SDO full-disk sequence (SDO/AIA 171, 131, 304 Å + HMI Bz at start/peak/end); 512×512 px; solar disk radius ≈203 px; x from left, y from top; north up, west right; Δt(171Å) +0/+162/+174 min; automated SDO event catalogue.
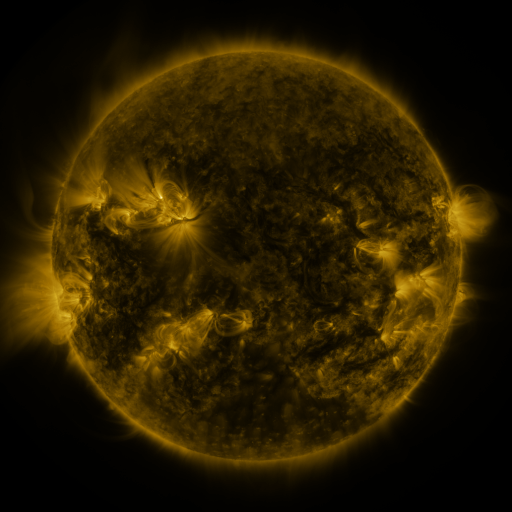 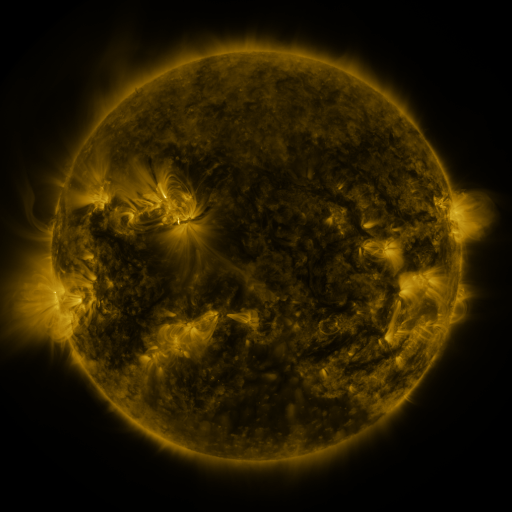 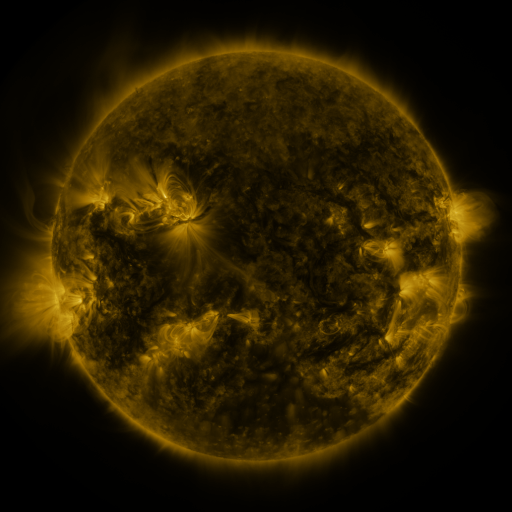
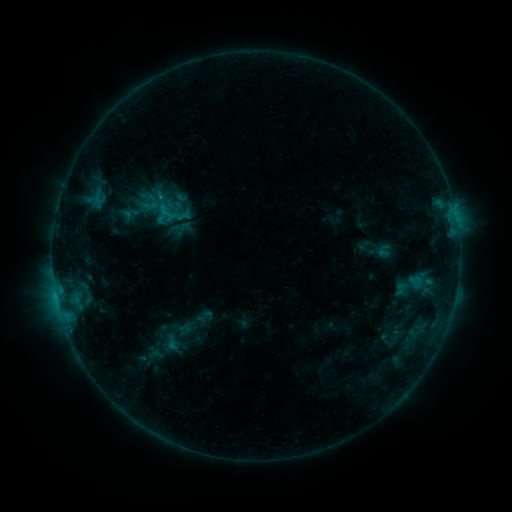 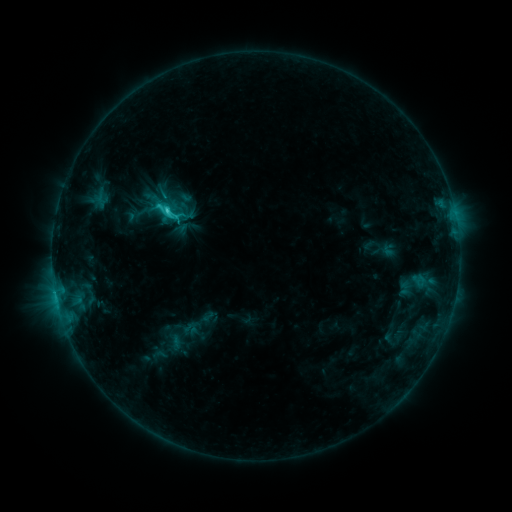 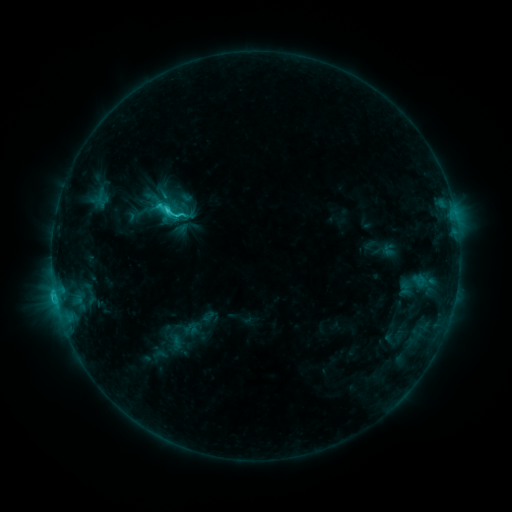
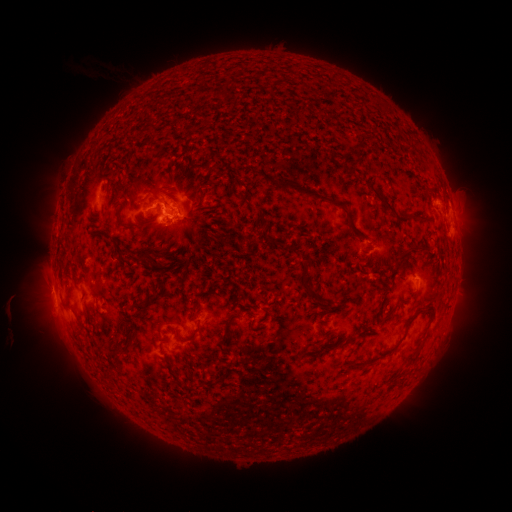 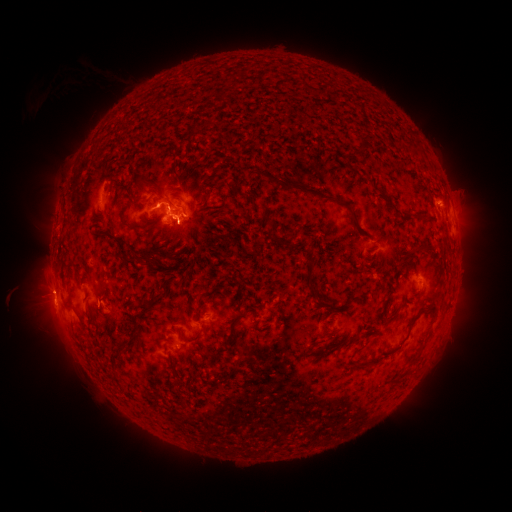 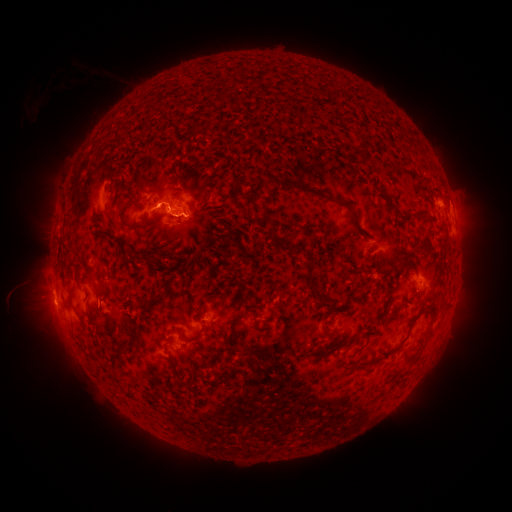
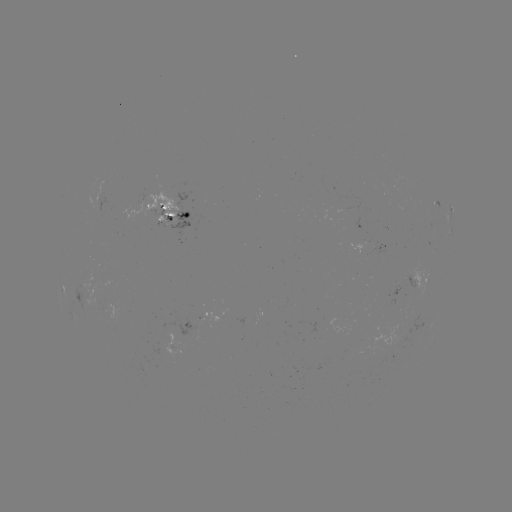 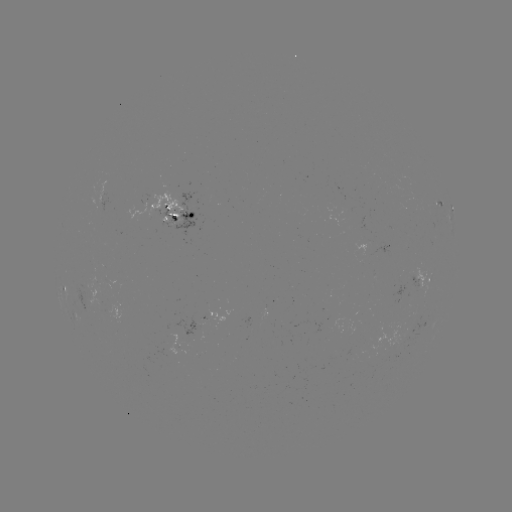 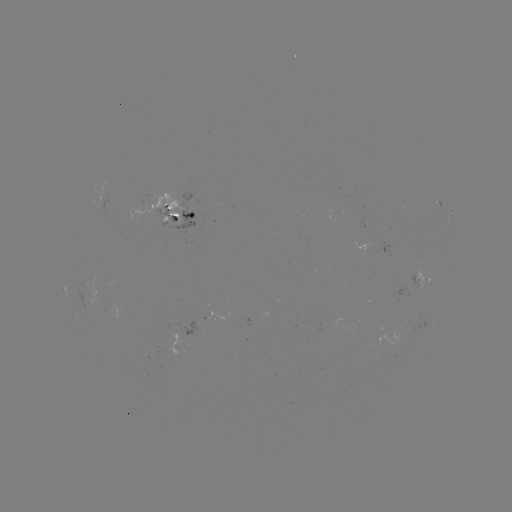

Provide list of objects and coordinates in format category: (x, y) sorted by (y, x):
emerging-flux region: (212, 310)
